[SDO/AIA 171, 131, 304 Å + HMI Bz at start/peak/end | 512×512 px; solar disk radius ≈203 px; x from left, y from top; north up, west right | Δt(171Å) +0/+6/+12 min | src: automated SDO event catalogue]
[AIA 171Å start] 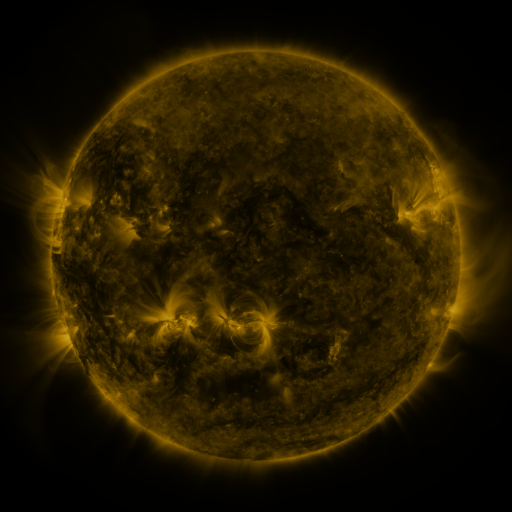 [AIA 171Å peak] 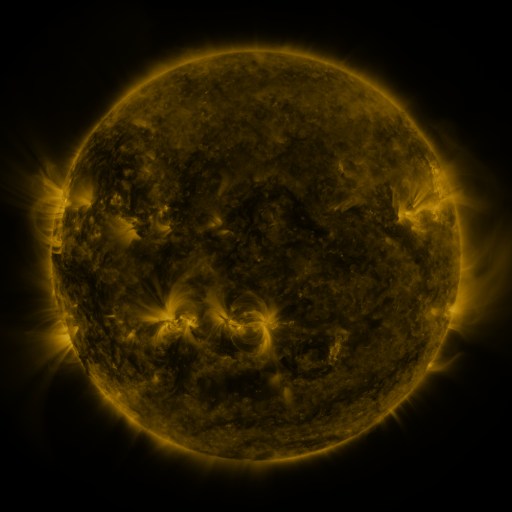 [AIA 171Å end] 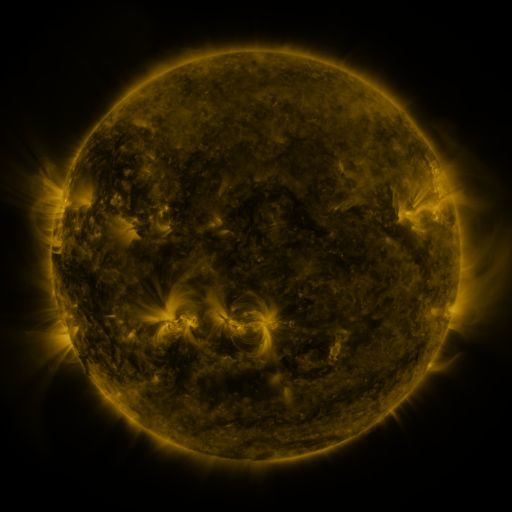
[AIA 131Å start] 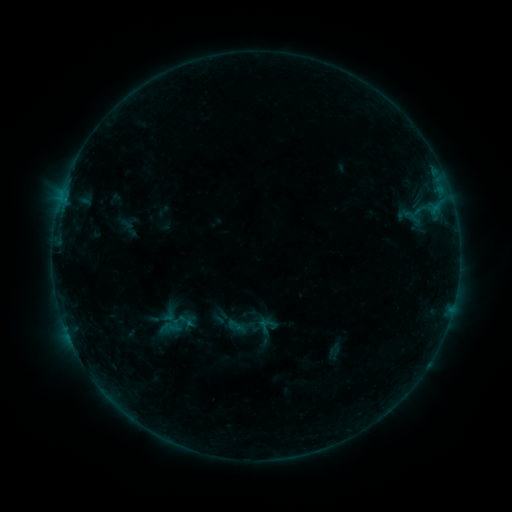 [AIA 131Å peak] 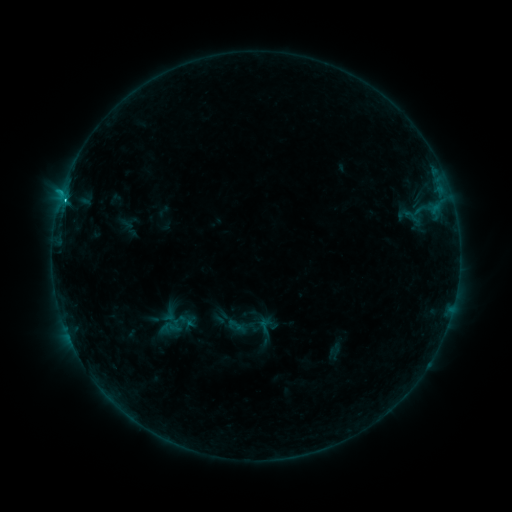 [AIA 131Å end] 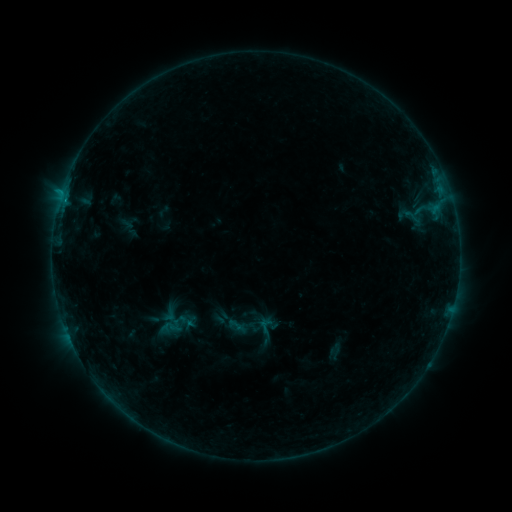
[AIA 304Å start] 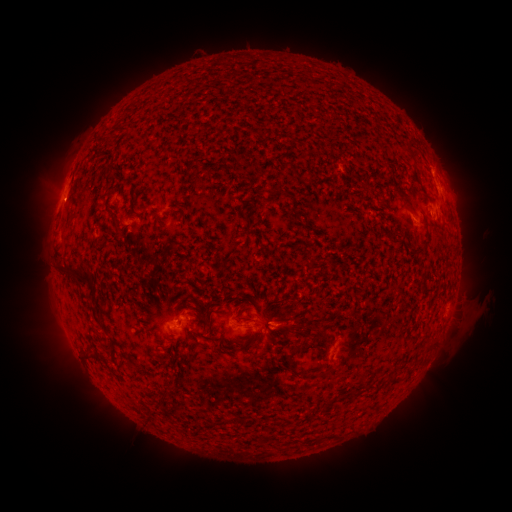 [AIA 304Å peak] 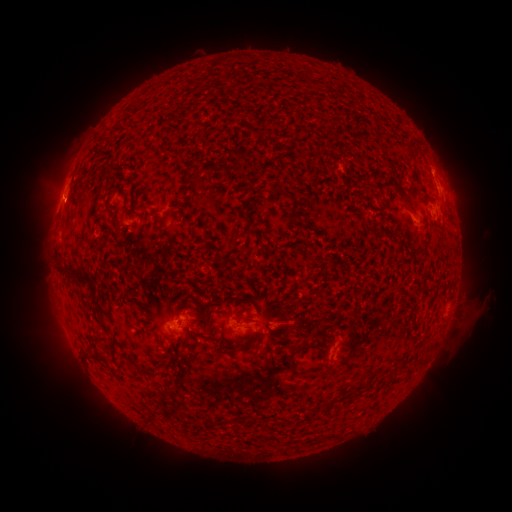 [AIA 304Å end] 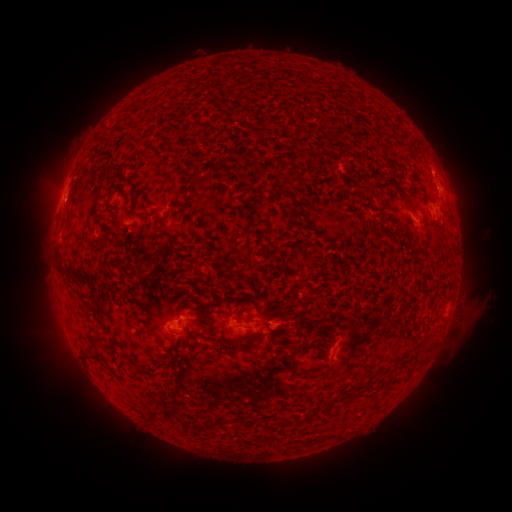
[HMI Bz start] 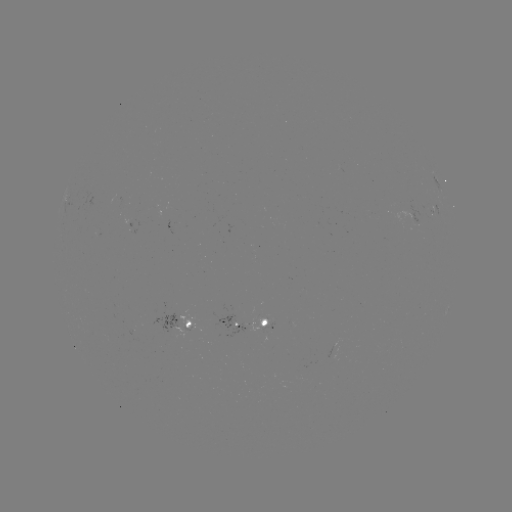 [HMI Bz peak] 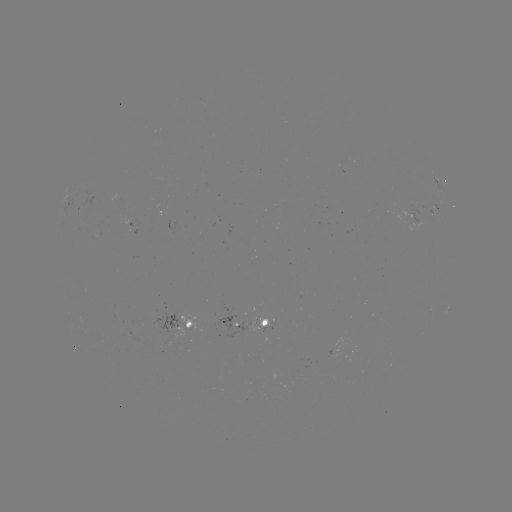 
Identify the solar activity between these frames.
B8.8 flare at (65, 201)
